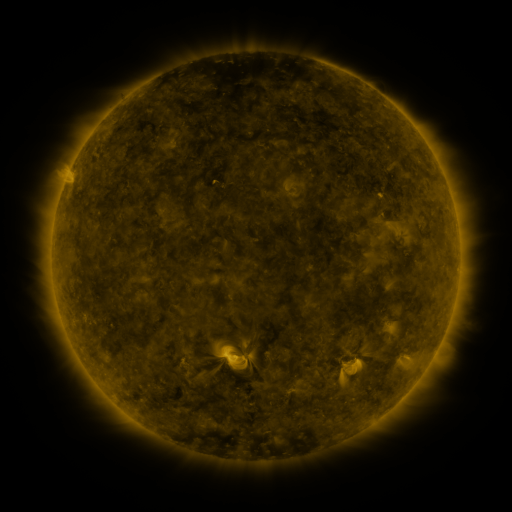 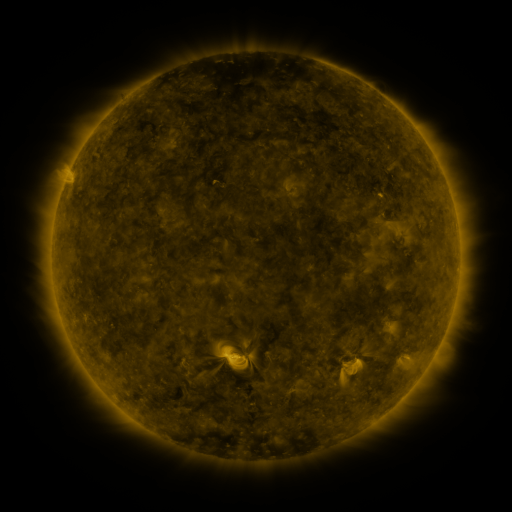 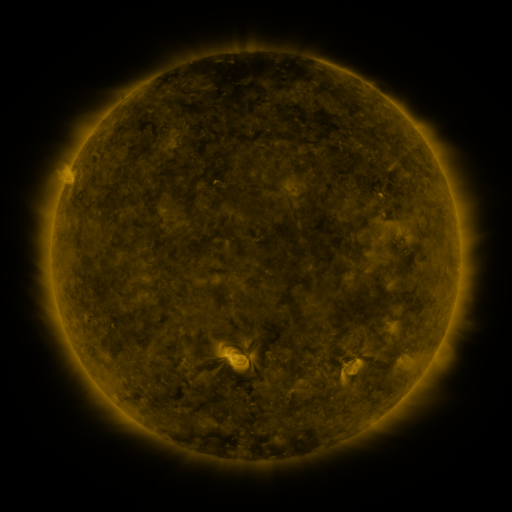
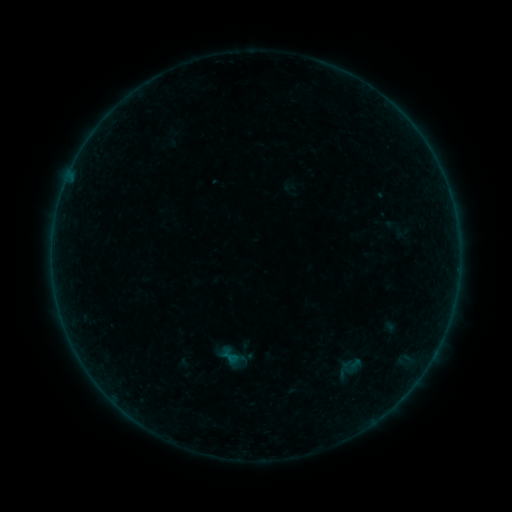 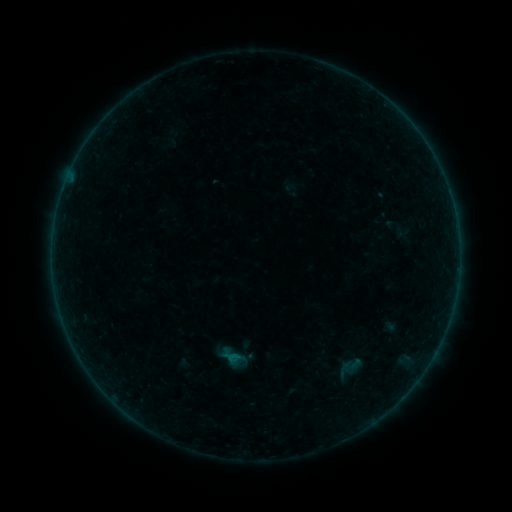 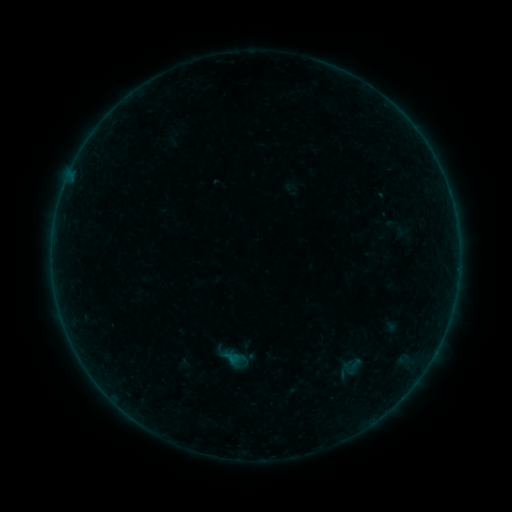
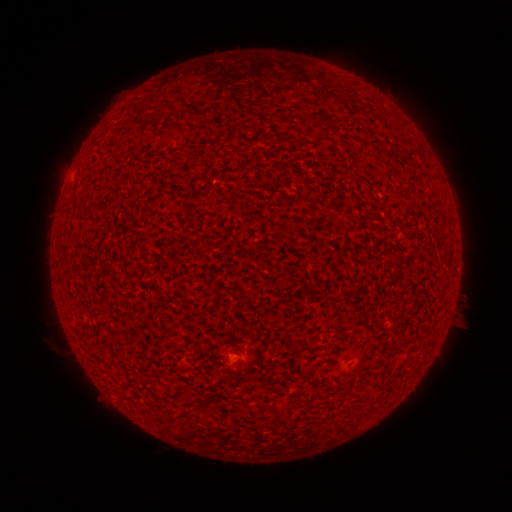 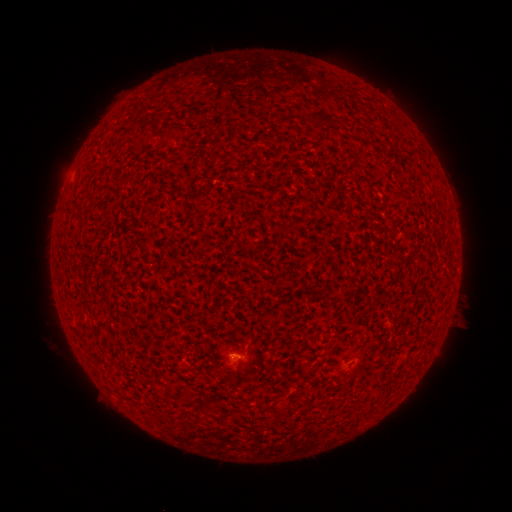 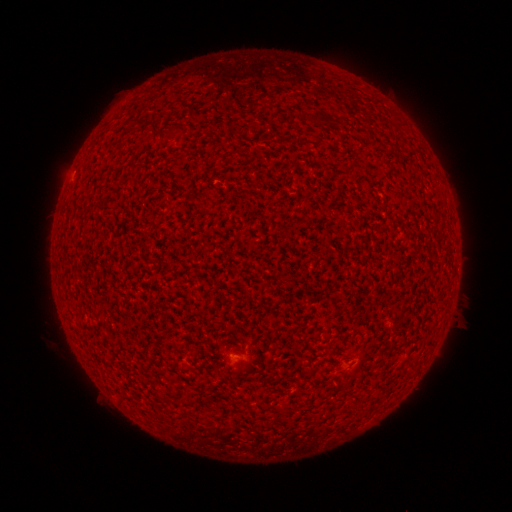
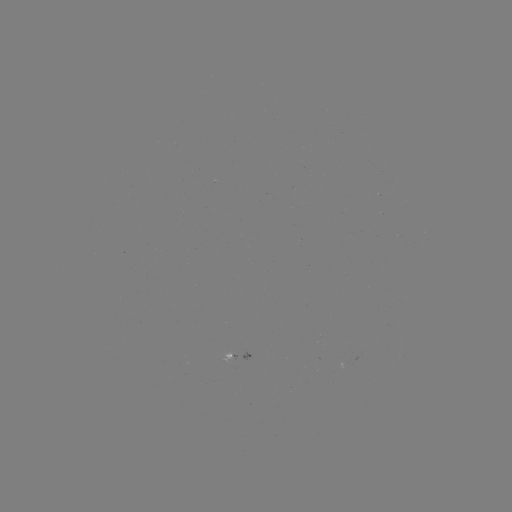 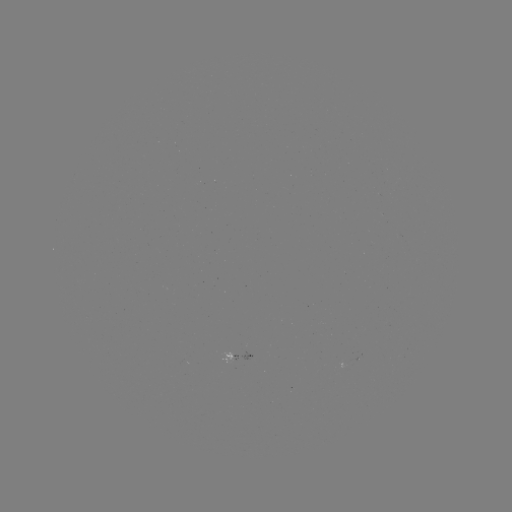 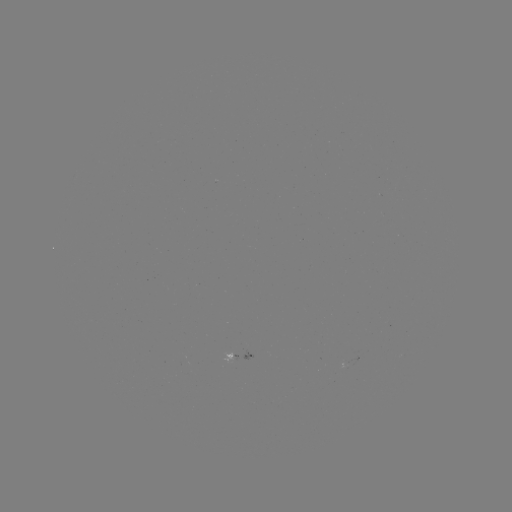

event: flare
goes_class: A2.4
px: (236, 355)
